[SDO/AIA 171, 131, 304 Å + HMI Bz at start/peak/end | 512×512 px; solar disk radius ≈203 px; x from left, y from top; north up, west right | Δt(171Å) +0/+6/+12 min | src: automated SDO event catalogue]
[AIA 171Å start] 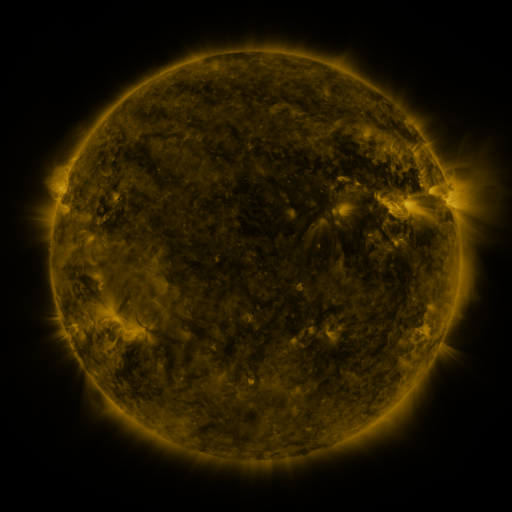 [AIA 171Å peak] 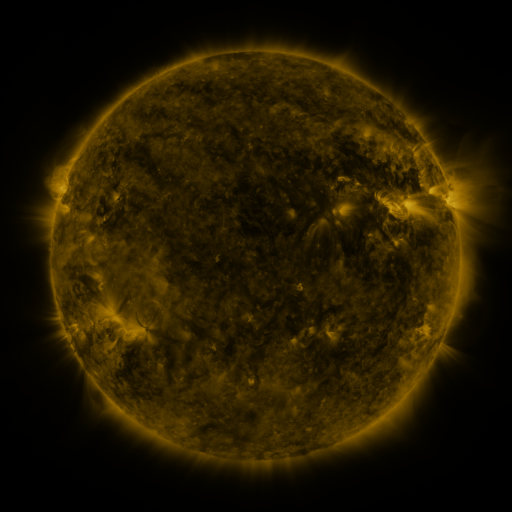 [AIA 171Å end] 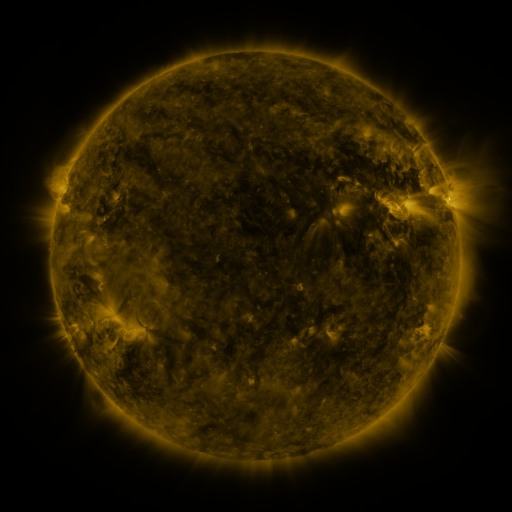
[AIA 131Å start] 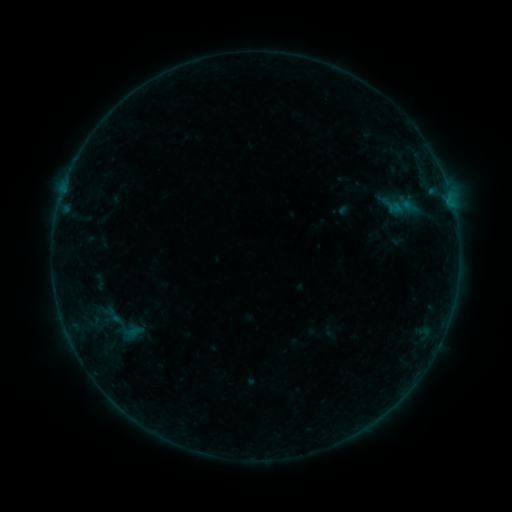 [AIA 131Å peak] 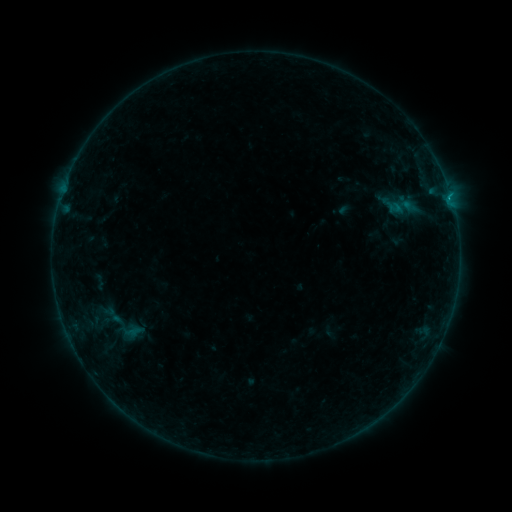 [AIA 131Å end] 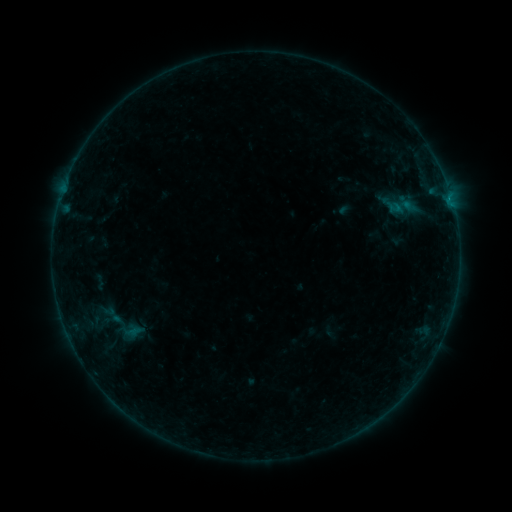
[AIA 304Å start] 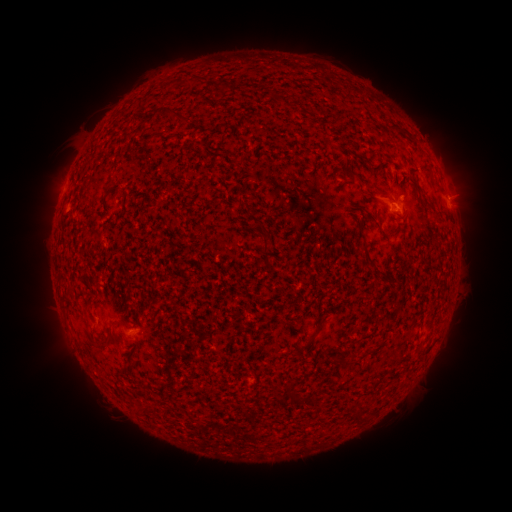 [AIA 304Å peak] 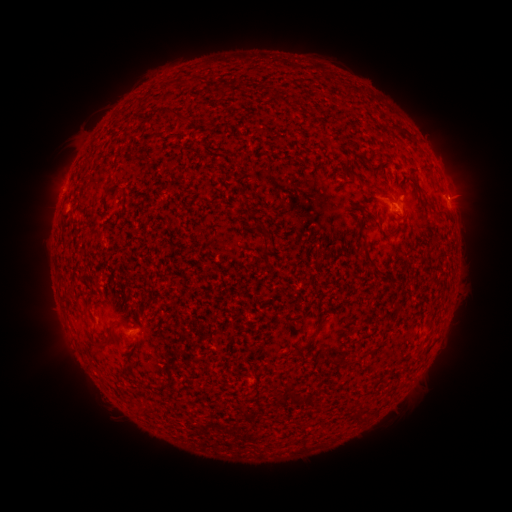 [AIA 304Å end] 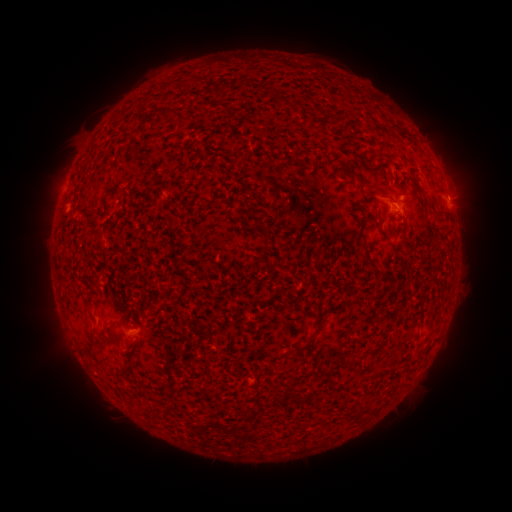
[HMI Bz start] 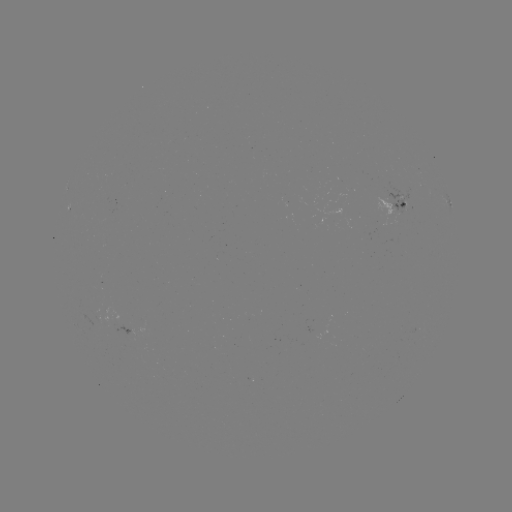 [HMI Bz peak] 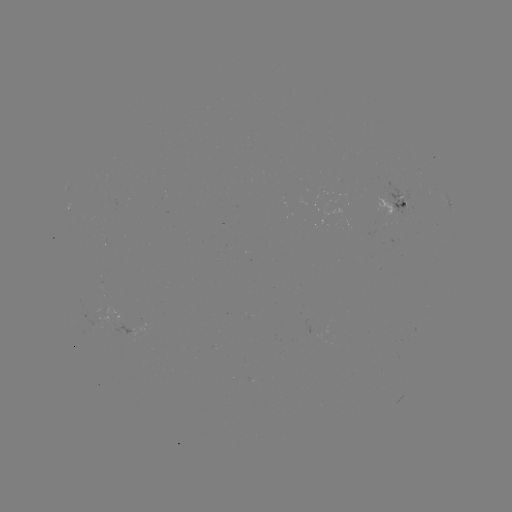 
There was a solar flare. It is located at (447, 198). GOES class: B3.1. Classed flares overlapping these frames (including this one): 1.